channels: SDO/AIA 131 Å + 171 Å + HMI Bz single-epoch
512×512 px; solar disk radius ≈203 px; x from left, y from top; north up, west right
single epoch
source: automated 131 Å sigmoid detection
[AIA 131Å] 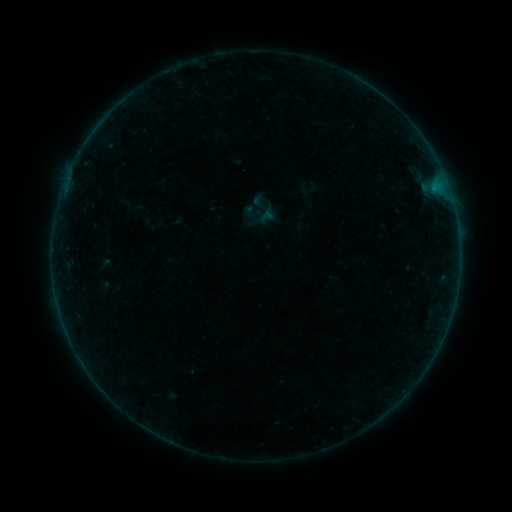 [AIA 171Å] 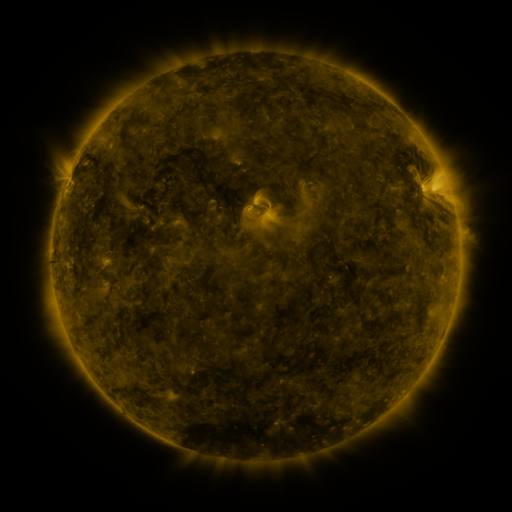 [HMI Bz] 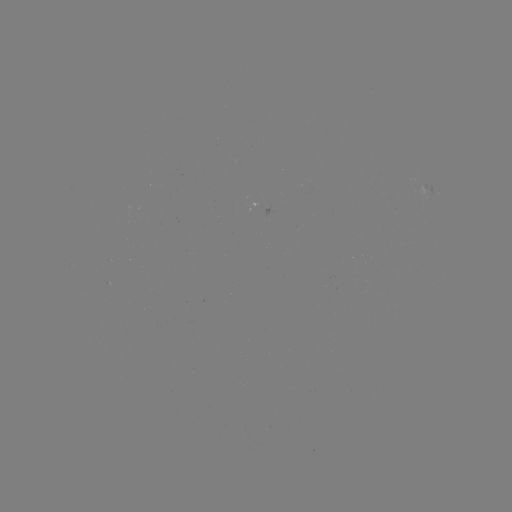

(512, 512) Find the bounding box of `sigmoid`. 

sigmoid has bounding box [250, 194, 276, 220].